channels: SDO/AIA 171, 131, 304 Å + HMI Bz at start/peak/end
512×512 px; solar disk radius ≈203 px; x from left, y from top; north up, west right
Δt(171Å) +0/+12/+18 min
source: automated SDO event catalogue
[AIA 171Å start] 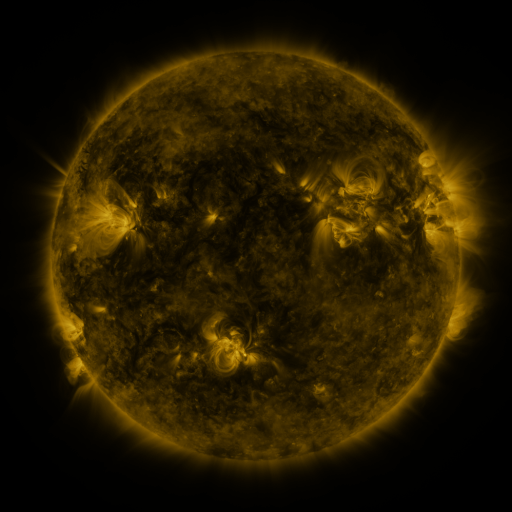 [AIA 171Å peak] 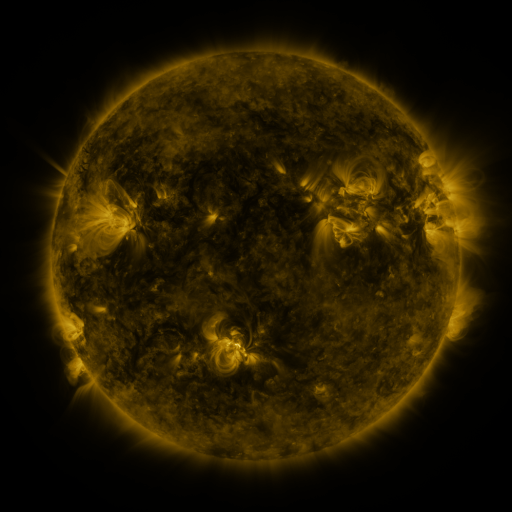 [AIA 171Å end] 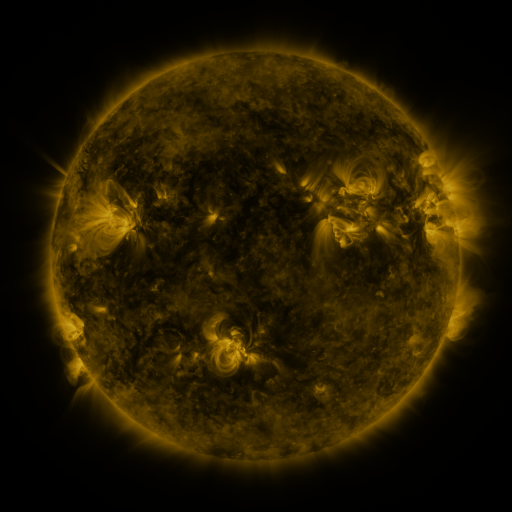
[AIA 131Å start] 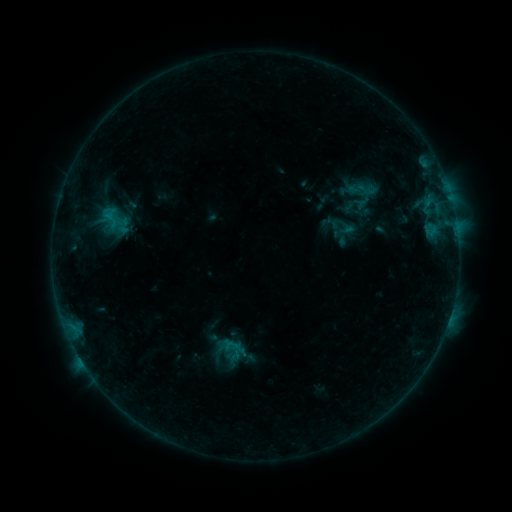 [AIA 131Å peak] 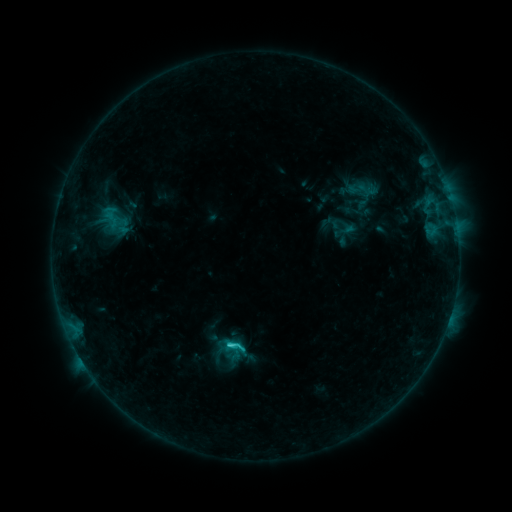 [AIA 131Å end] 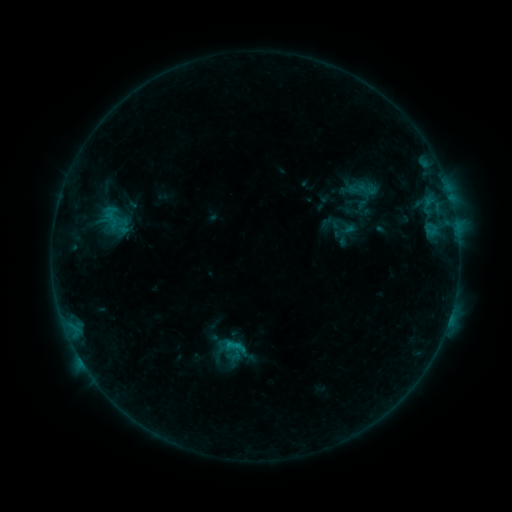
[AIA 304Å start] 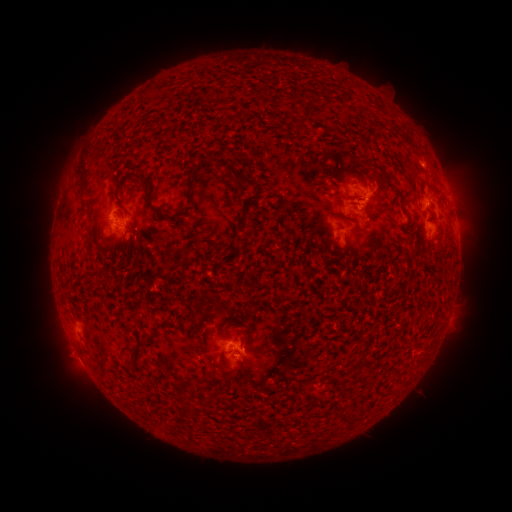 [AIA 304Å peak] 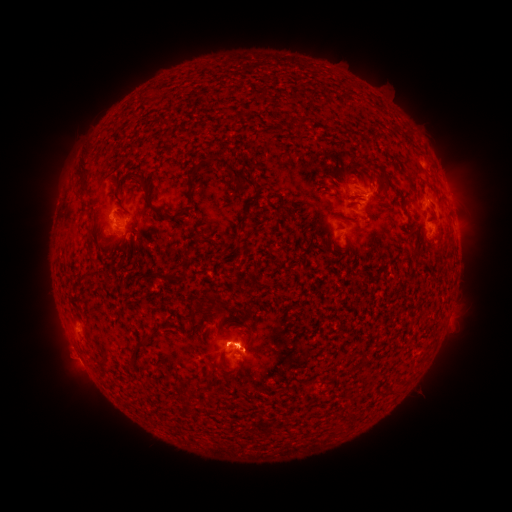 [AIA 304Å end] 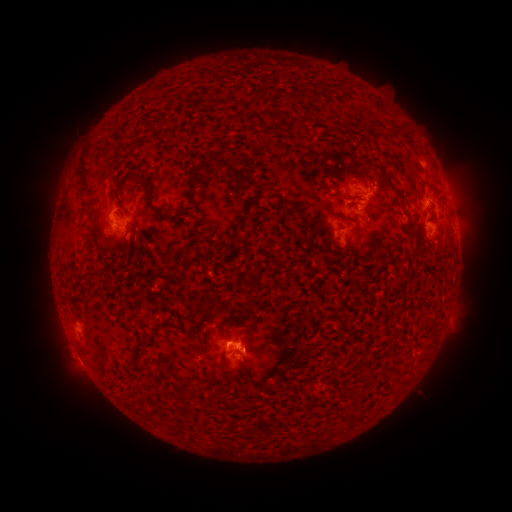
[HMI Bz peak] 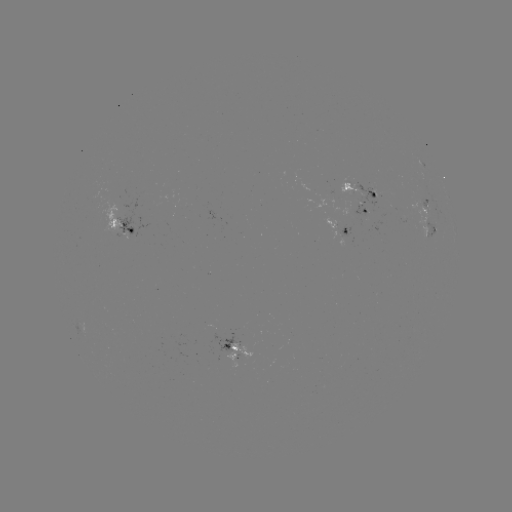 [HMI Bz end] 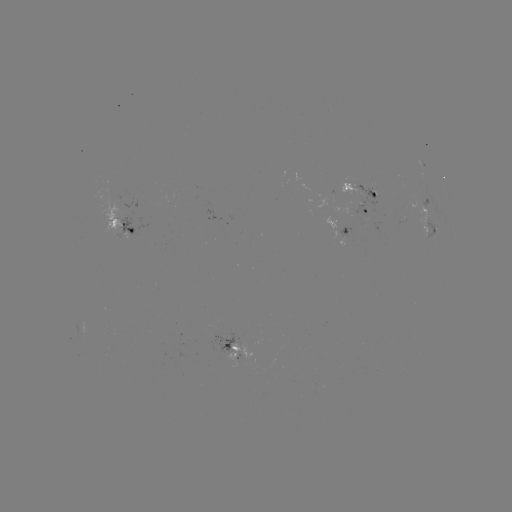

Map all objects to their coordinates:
C1.8 flare: (228, 342)
